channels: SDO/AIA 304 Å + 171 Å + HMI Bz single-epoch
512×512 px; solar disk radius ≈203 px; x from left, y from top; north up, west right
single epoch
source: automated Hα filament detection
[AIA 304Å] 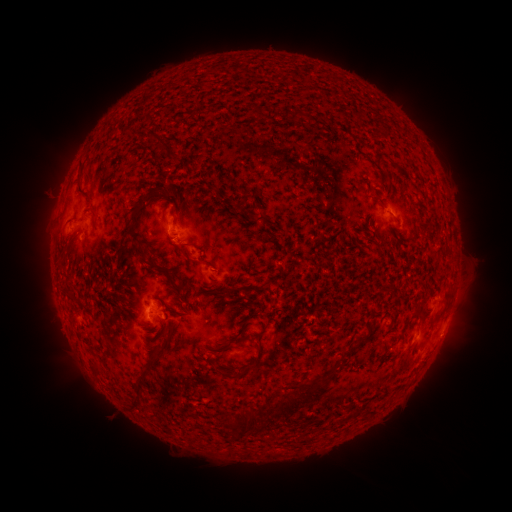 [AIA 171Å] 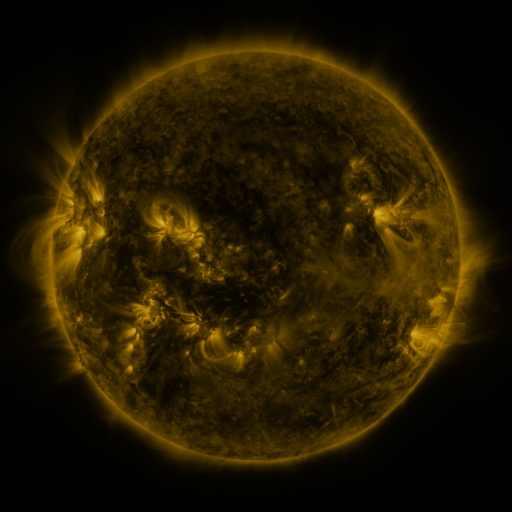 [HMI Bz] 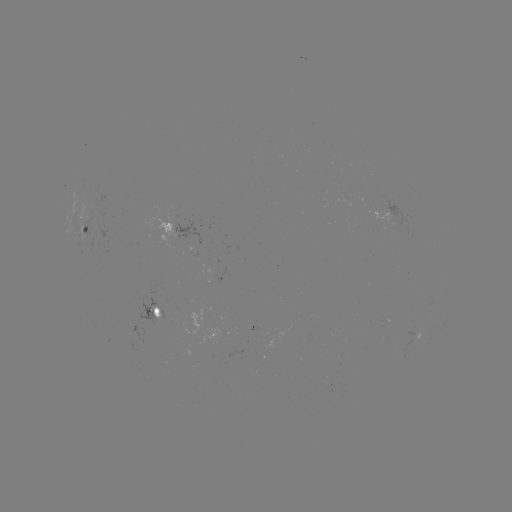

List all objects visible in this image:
filament: [287, 109, 299, 120]
filament: [145, 133, 169, 152]
filament: [123, 209, 152, 267]
filament: [248, 211, 266, 223]
filament: [64, 219, 75, 227]
filament: [256, 279, 268, 292]
filament: [218, 288, 229, 296]
filament: [65, 289, 73, 301]
filament: [435, 307, 445, 317]
filament: [145, 323, 156, 330]
filament: [358, 332, 368, 341]
filament: [152, 341, 171, 361]
filament: [226, 347, 265, 380]
filament: [341, 347, 354, 357]
filament: [92, 362, 103, 376]
filament: [282, 380, 331, 416]
filament: [241, 409, 268, 436]
